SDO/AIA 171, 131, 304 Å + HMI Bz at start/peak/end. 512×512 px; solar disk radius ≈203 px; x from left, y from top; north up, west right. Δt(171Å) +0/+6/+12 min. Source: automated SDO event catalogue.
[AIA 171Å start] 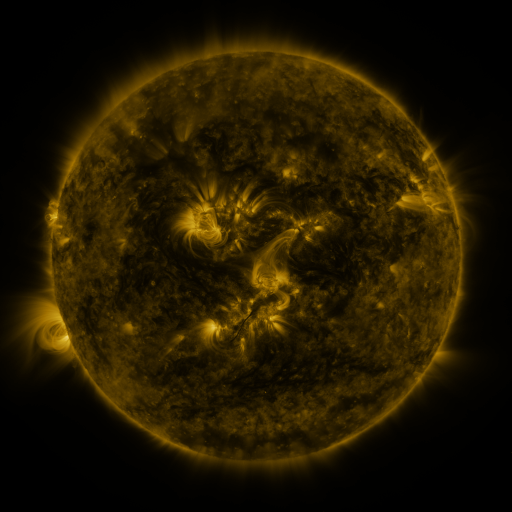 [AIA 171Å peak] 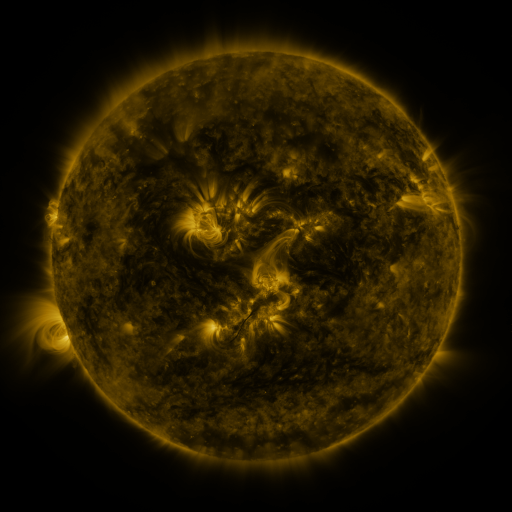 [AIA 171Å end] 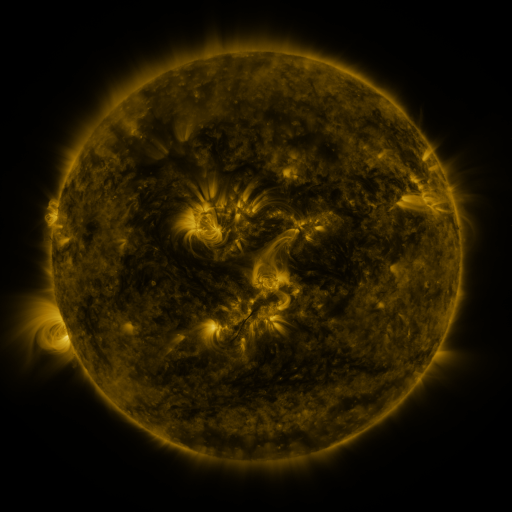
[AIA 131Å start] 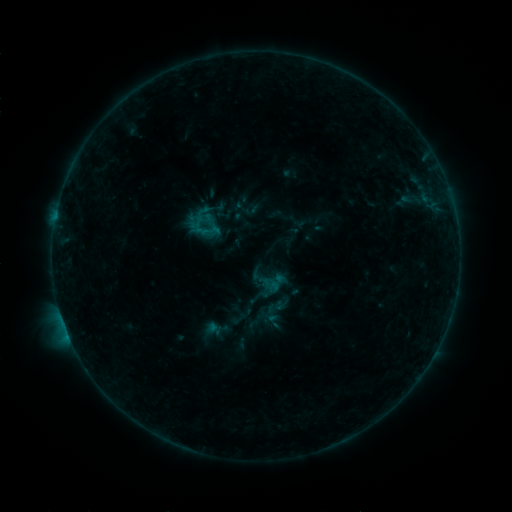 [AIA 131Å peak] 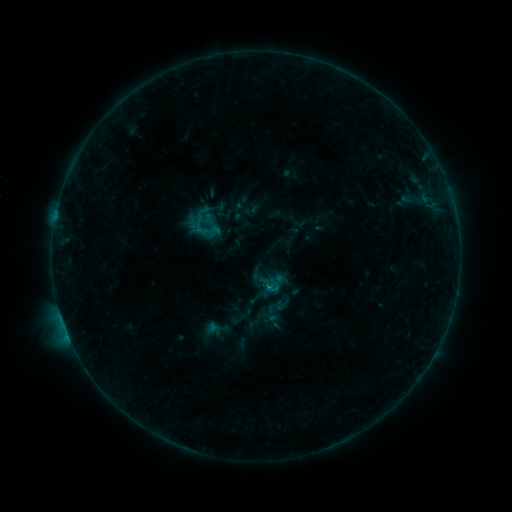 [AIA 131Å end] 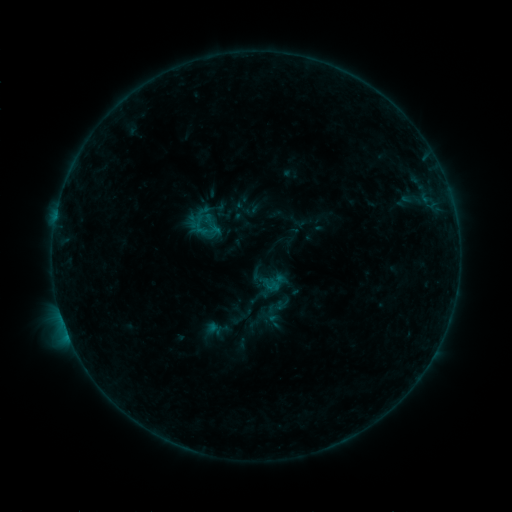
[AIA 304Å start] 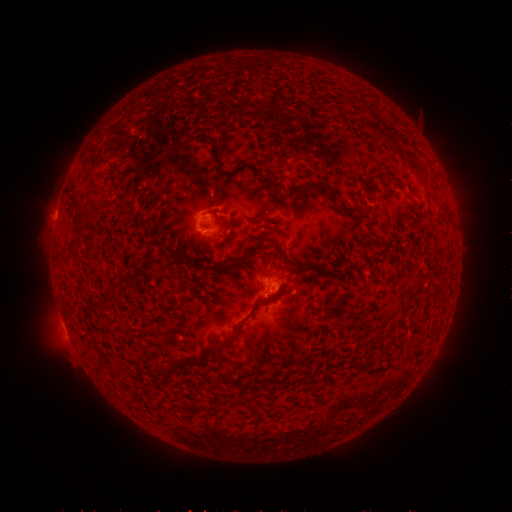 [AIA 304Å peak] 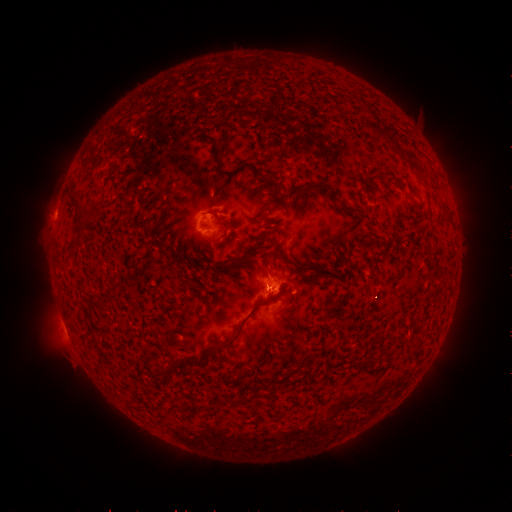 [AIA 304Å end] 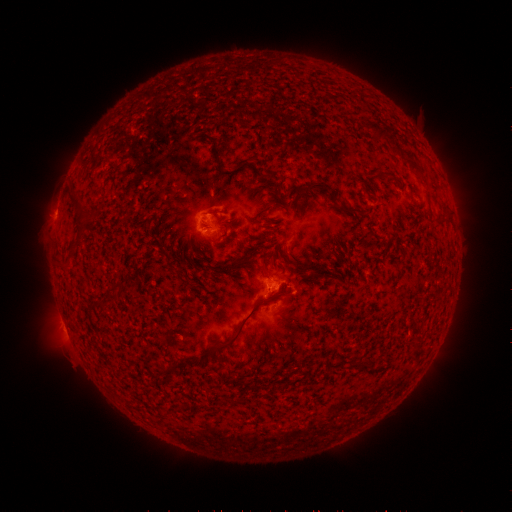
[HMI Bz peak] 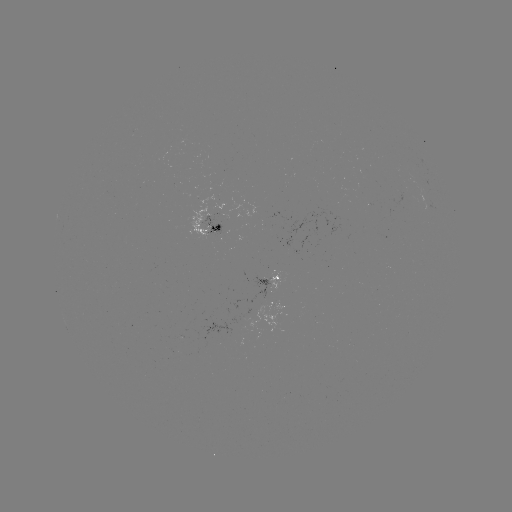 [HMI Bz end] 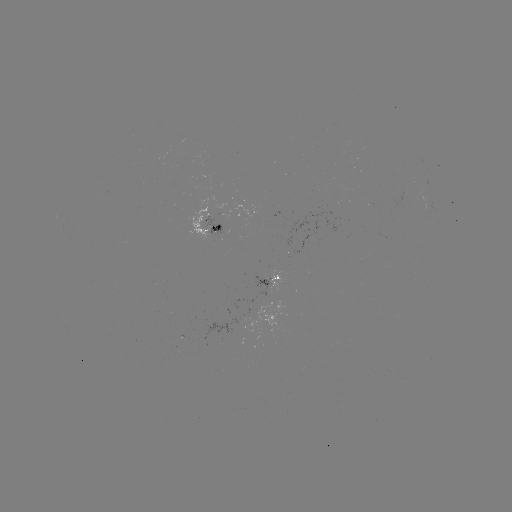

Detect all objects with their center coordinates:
B4.5 flare: (266, 286)
